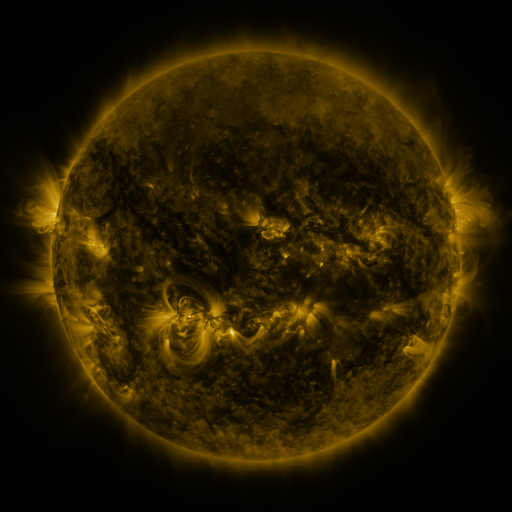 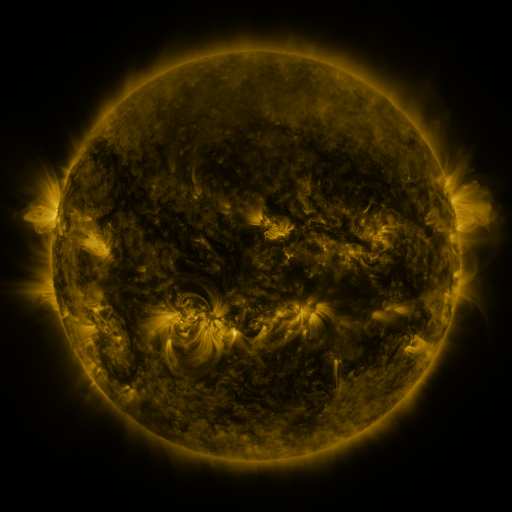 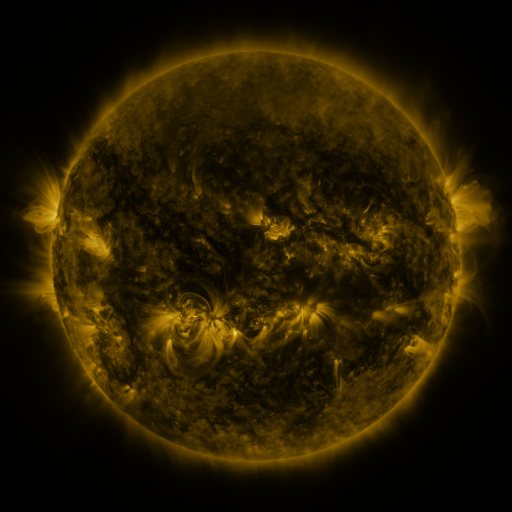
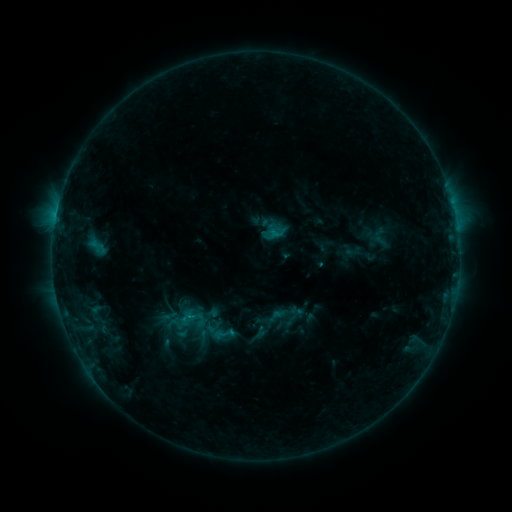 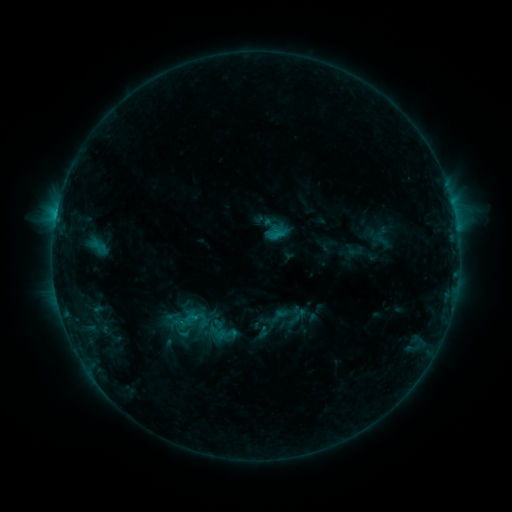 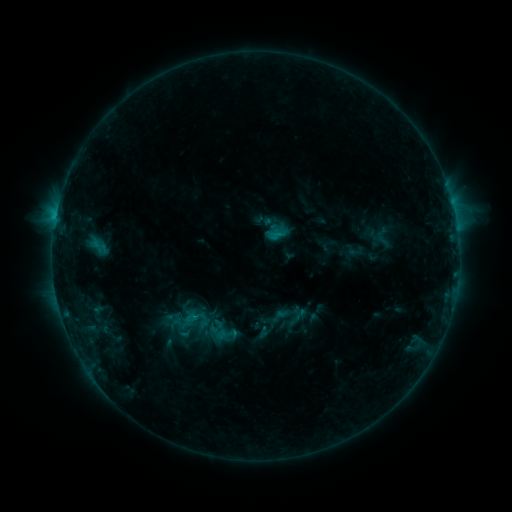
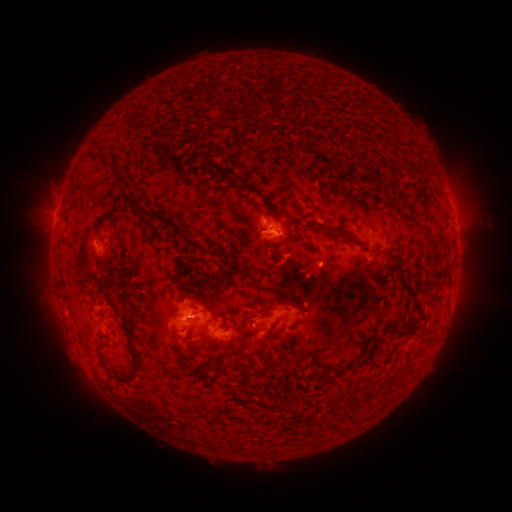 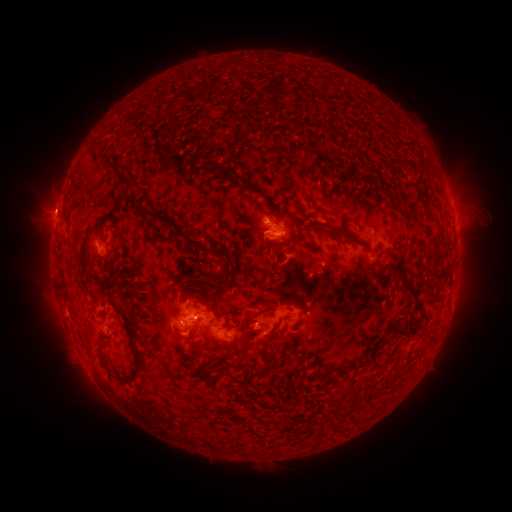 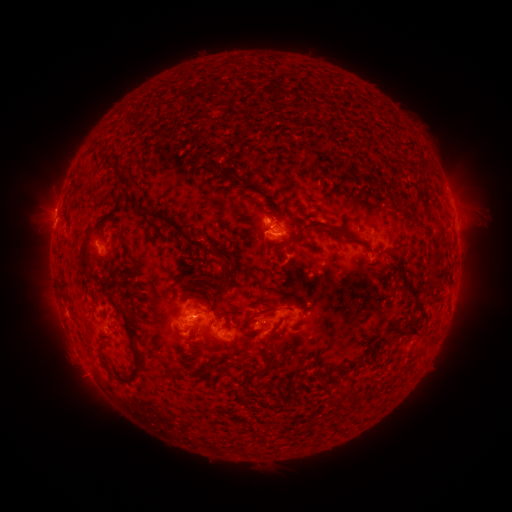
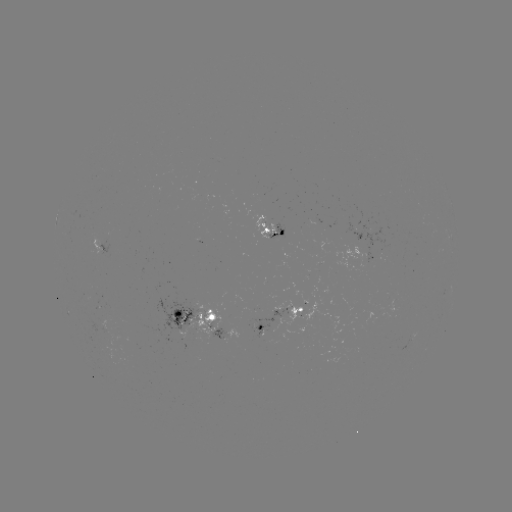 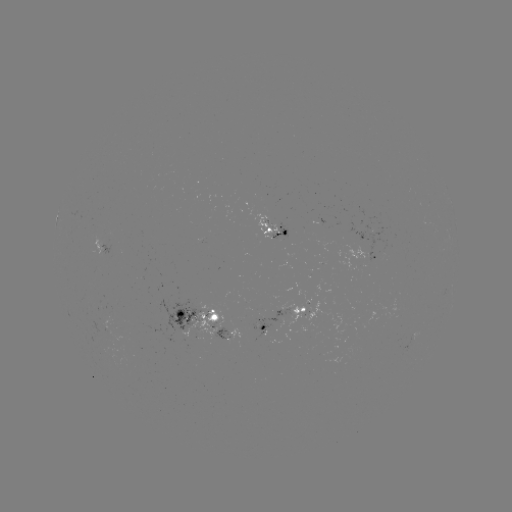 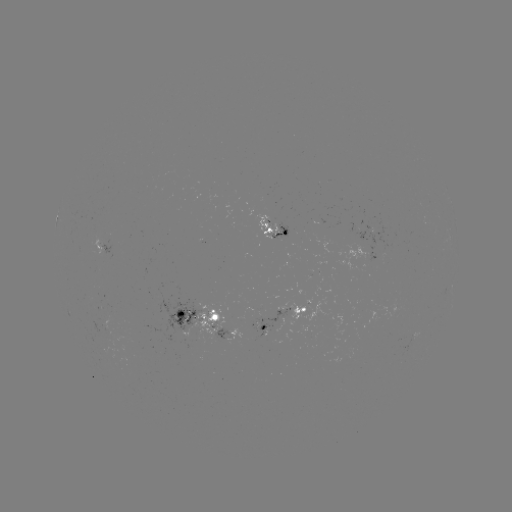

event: emerging-flux region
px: (263, 324)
